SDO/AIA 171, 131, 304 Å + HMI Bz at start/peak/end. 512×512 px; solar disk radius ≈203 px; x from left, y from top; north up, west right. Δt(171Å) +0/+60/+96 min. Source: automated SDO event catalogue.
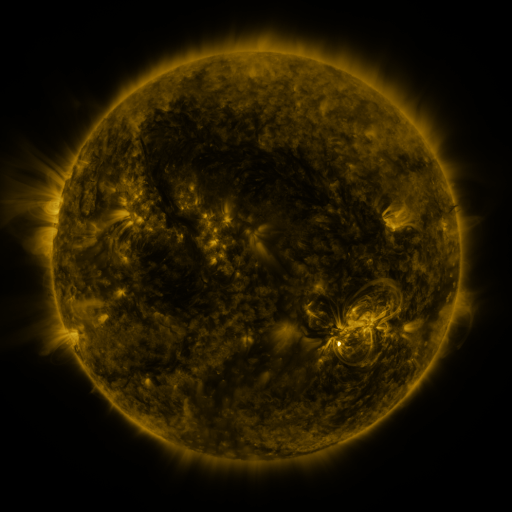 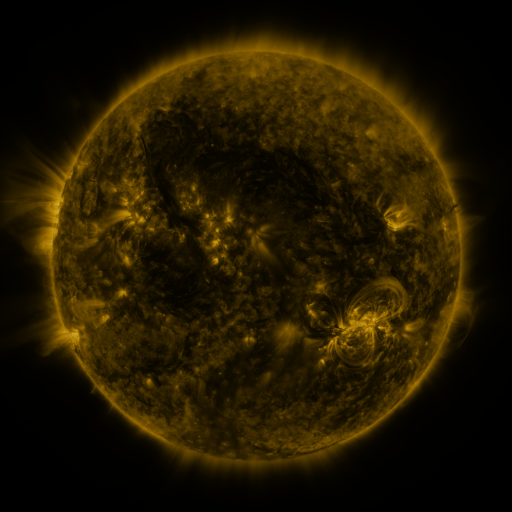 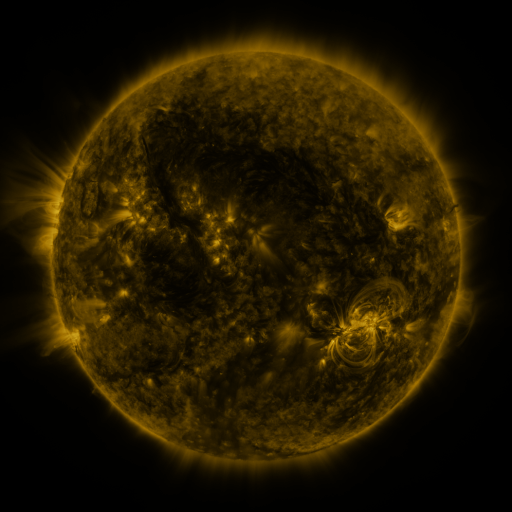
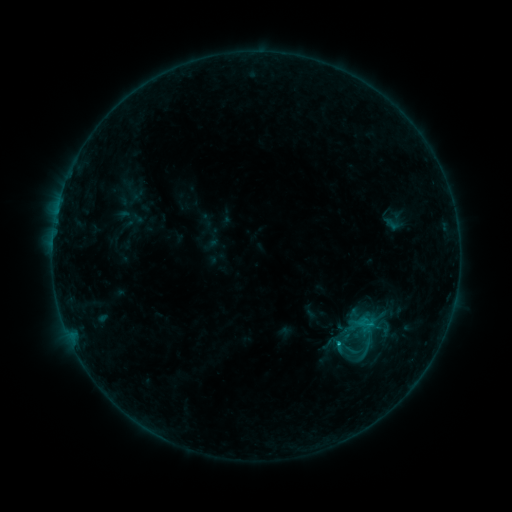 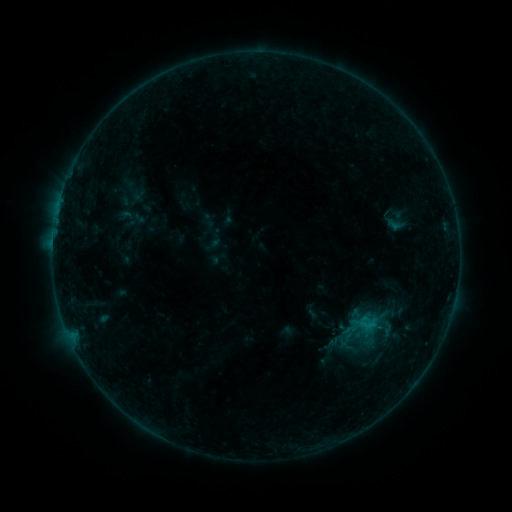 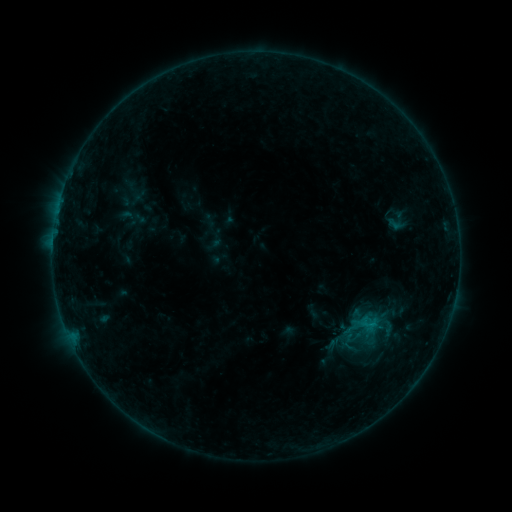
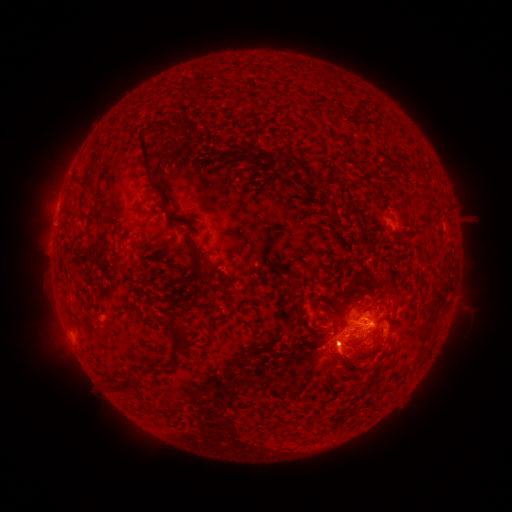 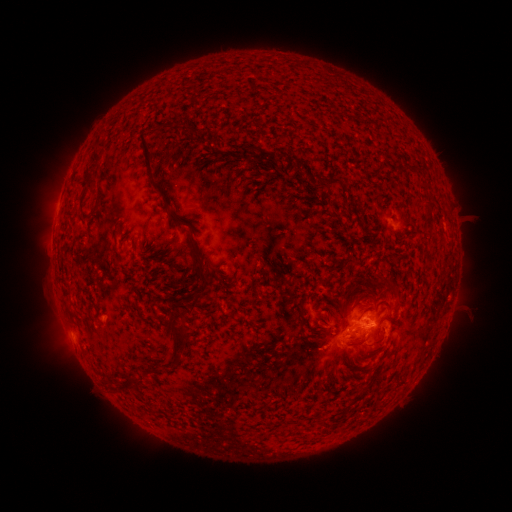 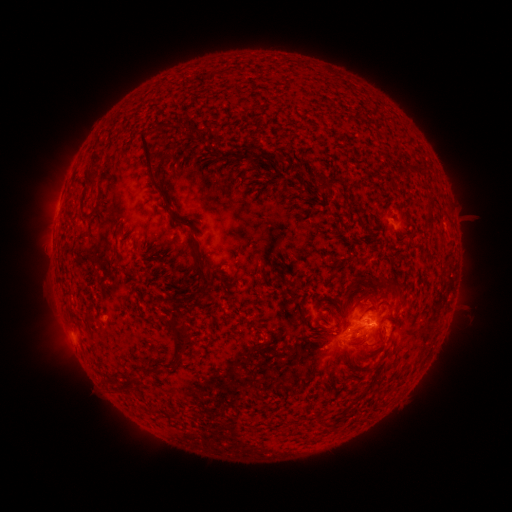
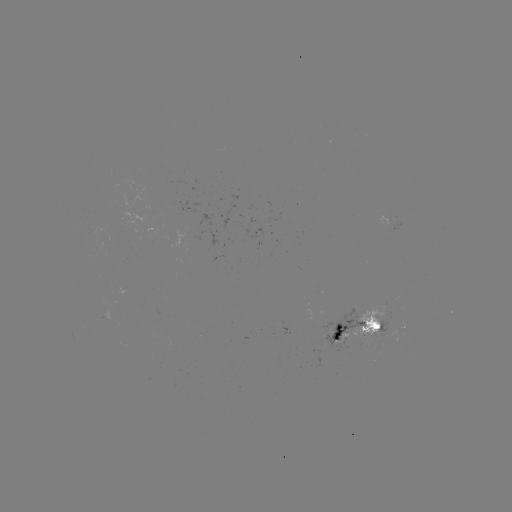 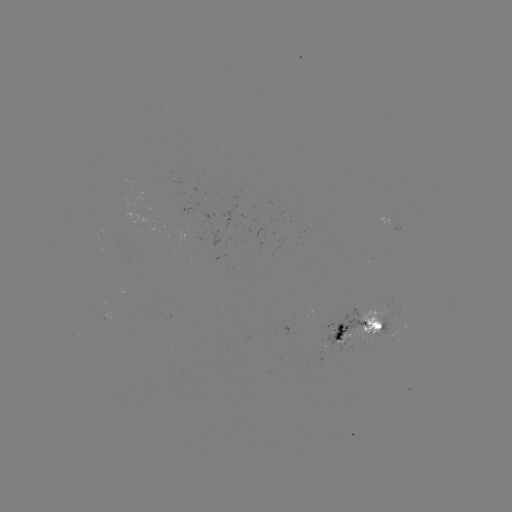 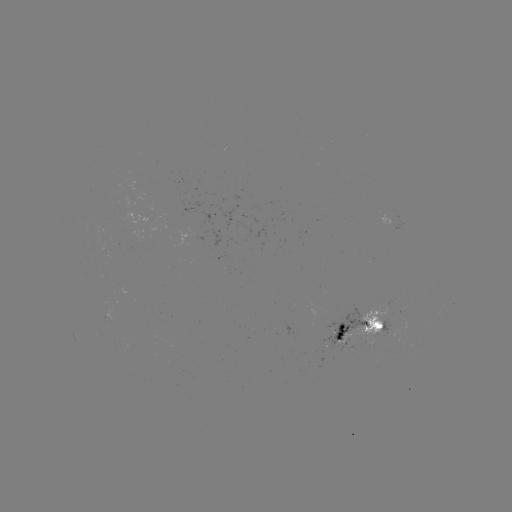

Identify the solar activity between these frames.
emerging-flux region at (200, 232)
